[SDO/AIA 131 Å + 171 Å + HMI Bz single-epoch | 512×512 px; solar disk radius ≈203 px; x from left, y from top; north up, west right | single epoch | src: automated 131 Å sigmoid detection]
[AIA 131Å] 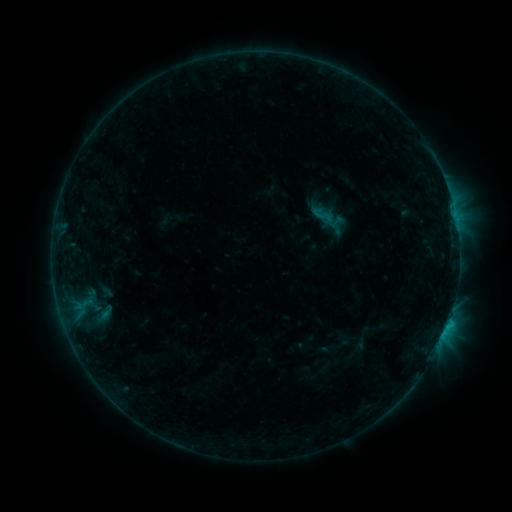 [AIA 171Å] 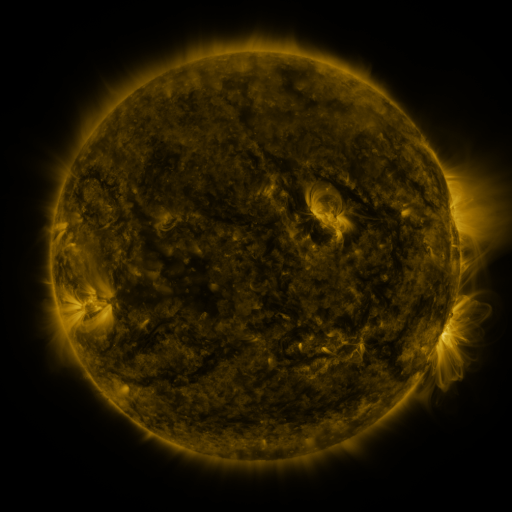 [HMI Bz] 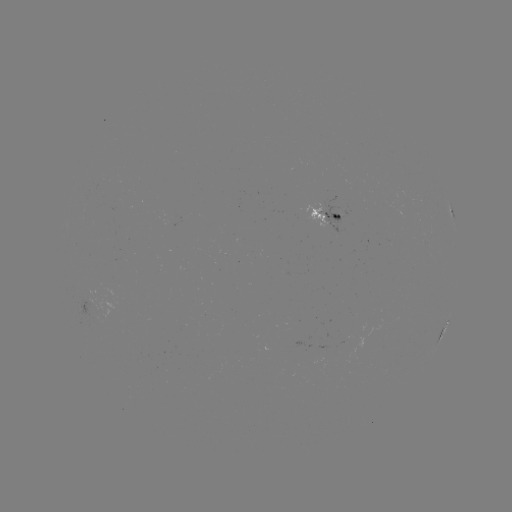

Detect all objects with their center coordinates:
sigmoid: (310, 204, 336, 226)
